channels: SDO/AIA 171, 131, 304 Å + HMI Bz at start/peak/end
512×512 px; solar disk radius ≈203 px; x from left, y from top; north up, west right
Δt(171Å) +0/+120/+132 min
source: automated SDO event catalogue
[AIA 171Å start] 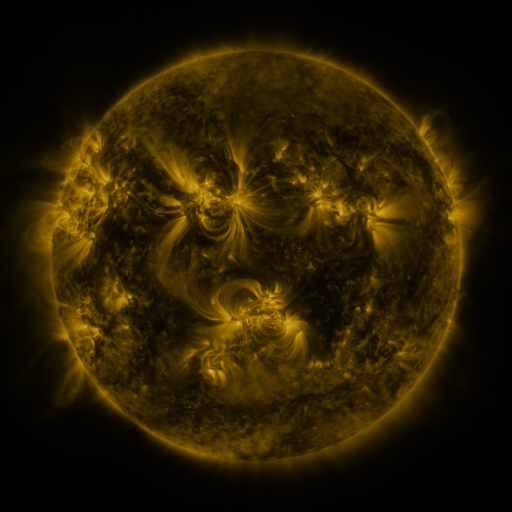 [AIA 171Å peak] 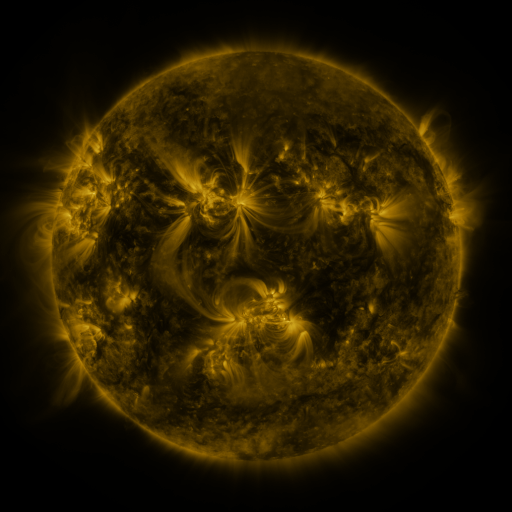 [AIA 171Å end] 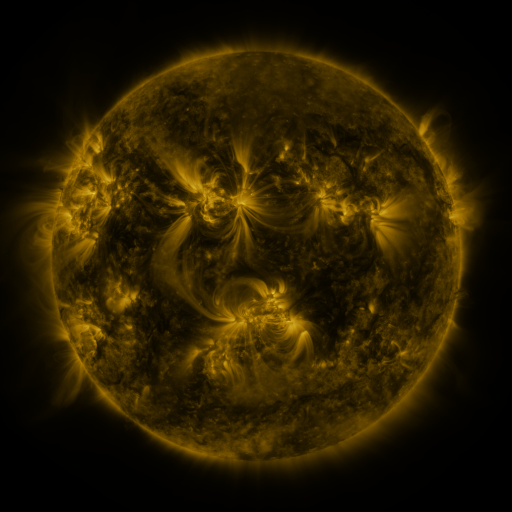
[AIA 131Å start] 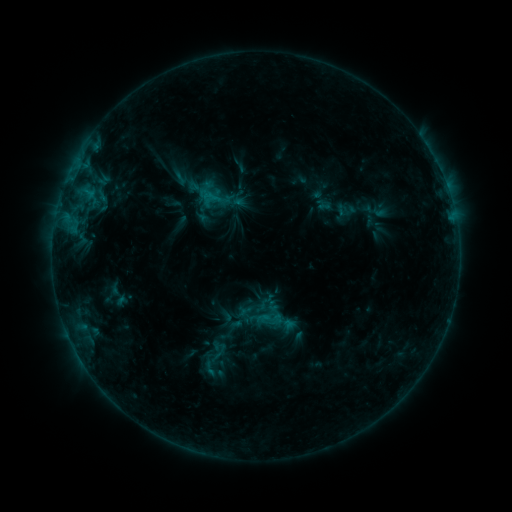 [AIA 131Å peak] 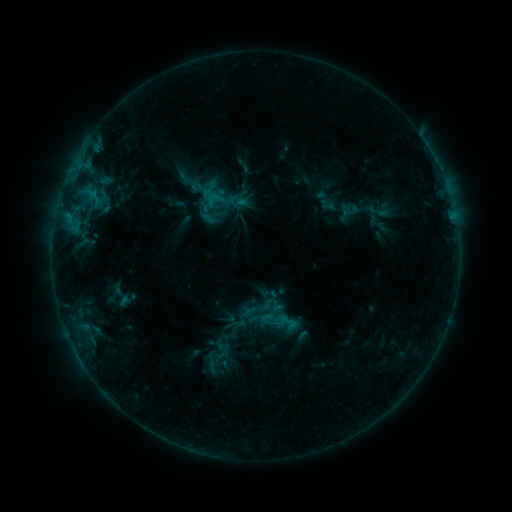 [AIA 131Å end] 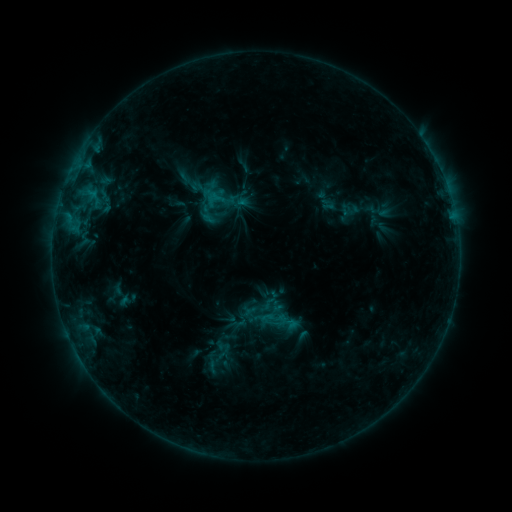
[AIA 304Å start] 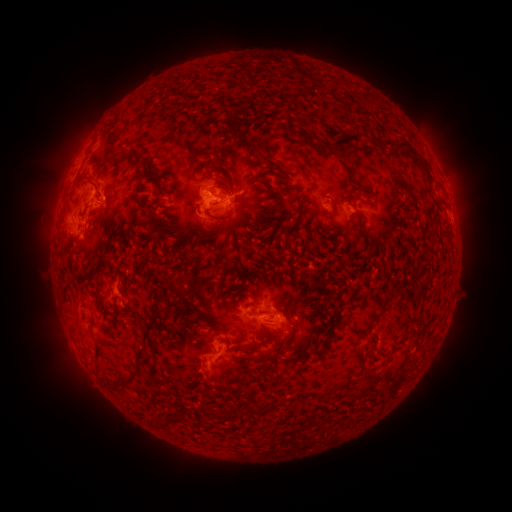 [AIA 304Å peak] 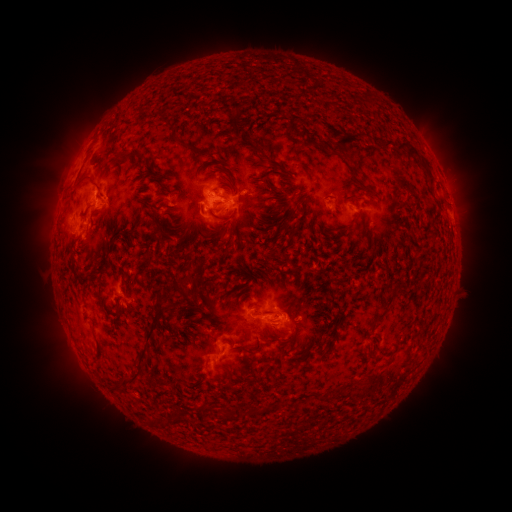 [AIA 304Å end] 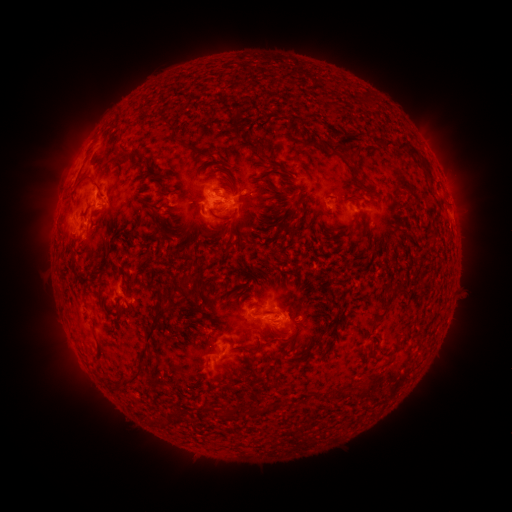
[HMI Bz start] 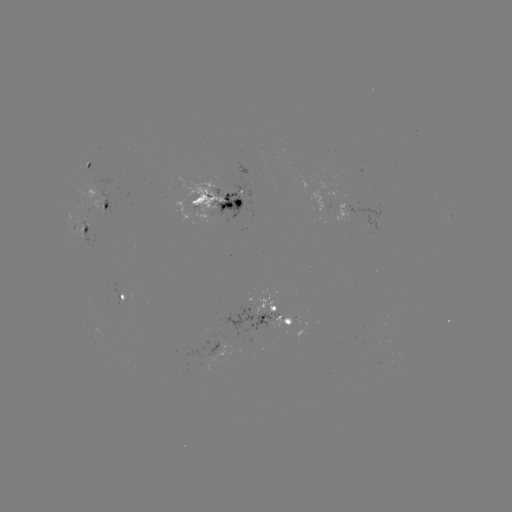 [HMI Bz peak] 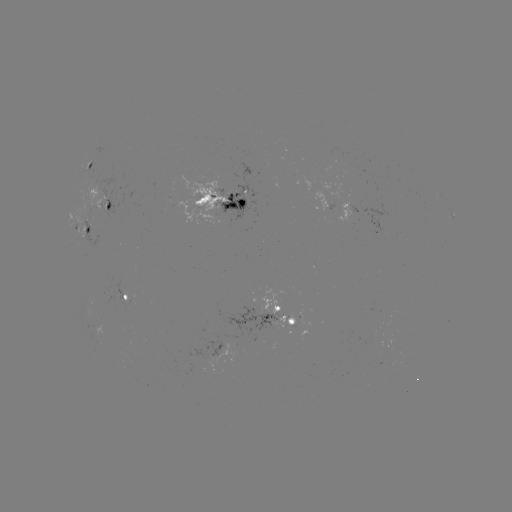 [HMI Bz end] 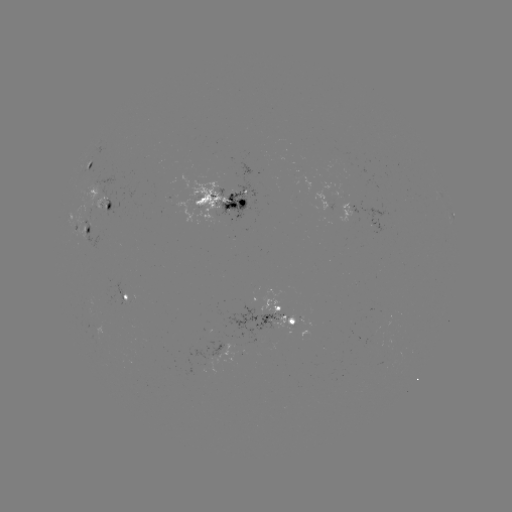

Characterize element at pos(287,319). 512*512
emerging-flux region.